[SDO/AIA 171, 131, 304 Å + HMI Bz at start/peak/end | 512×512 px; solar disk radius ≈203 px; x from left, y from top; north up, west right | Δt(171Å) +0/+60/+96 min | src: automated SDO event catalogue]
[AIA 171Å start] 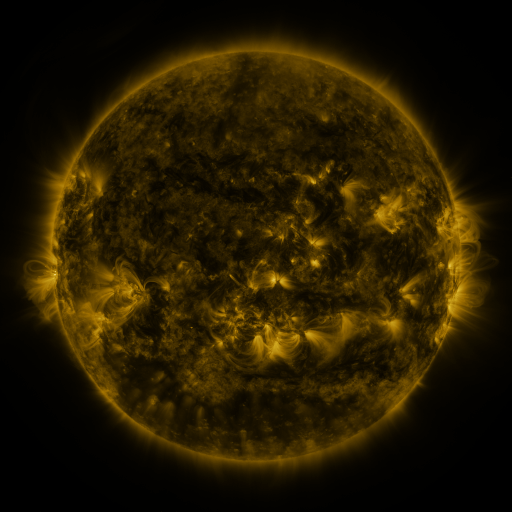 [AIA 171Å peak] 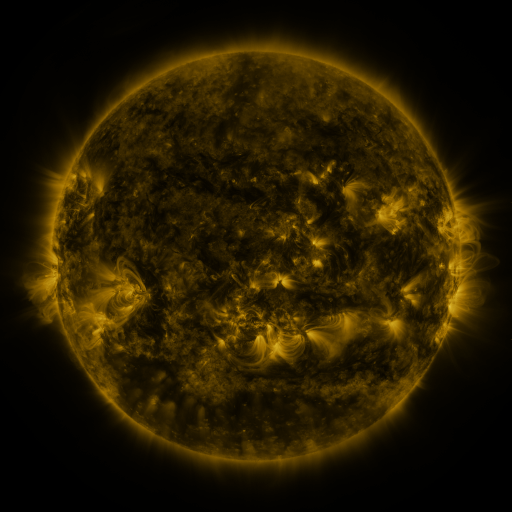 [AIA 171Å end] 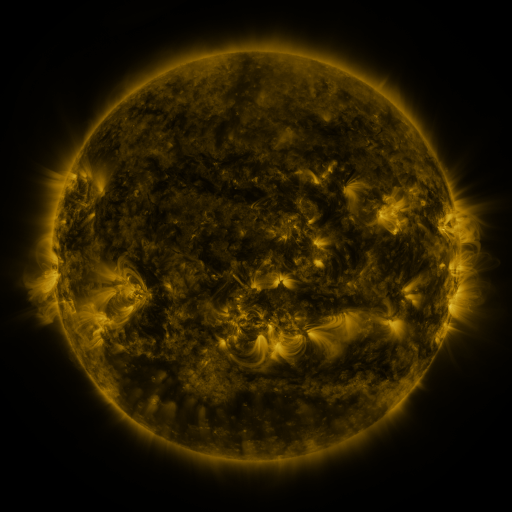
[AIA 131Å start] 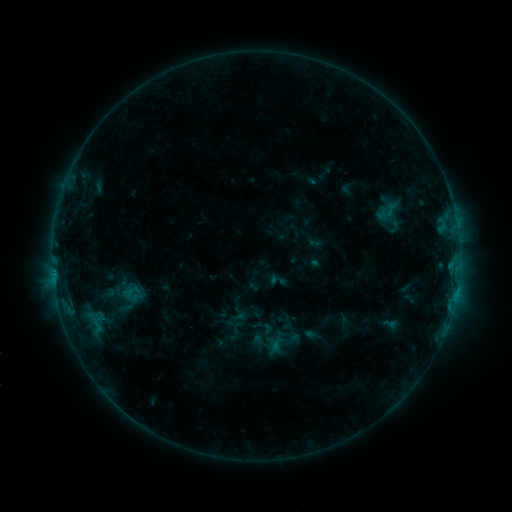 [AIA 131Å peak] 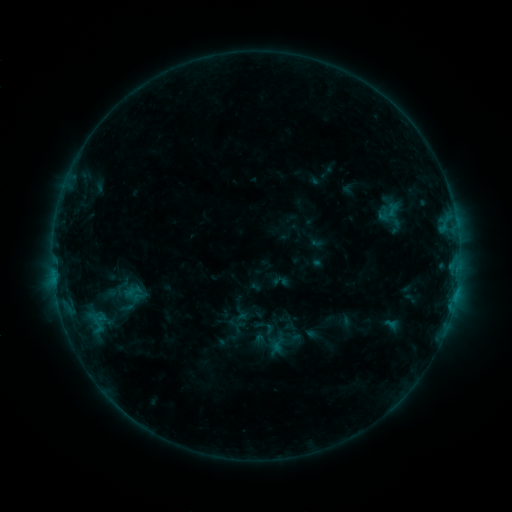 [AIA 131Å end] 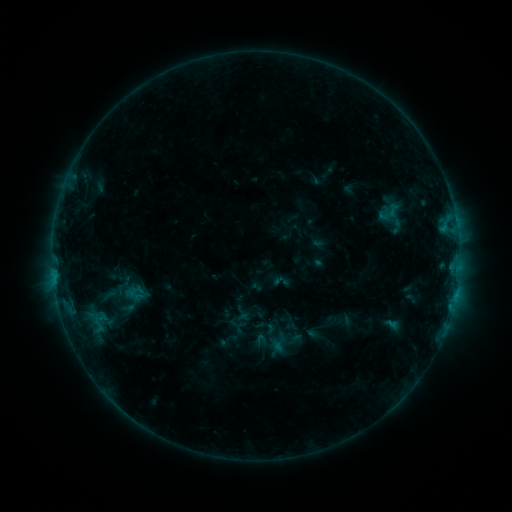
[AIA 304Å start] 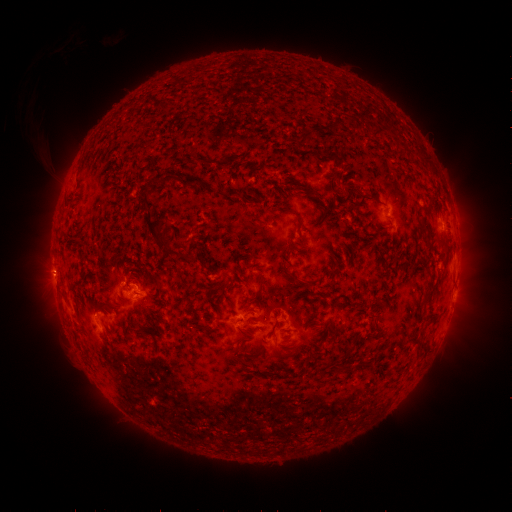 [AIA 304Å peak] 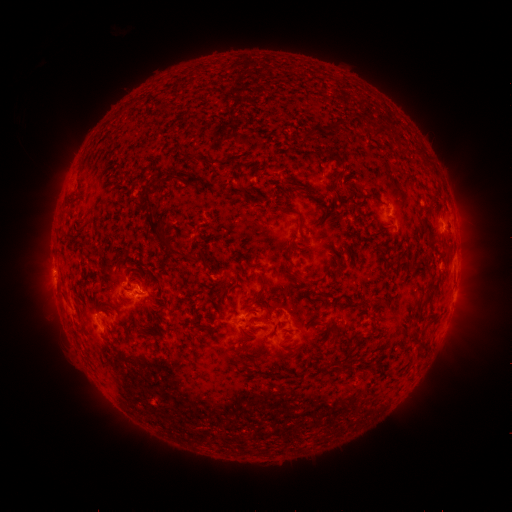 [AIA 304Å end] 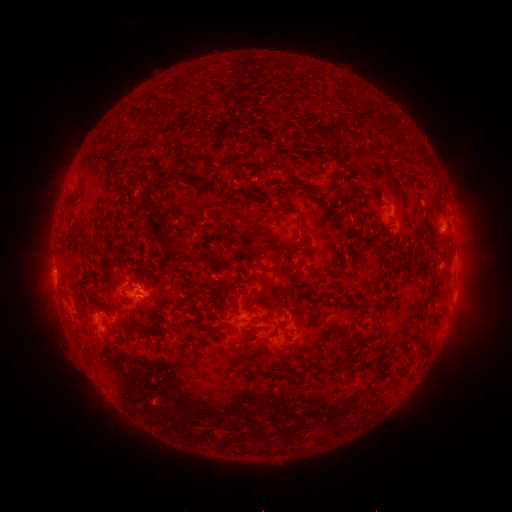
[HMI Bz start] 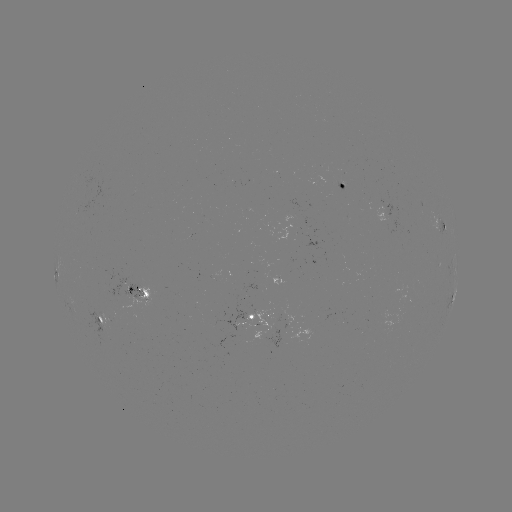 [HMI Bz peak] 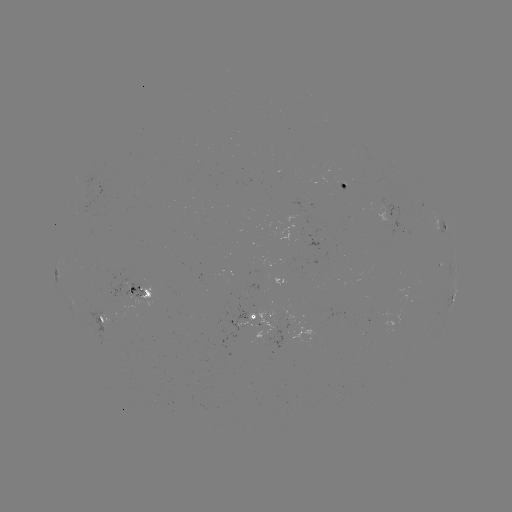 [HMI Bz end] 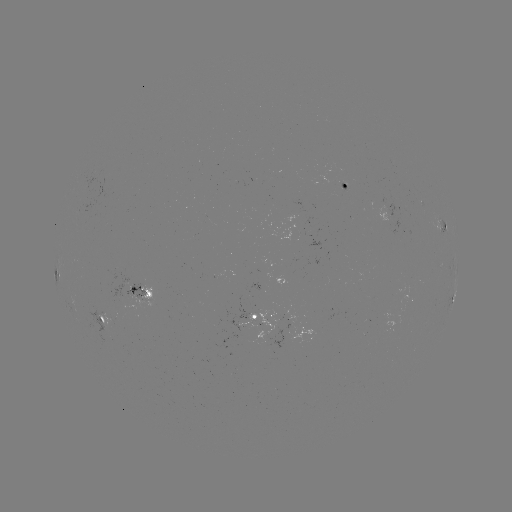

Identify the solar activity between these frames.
emerging-flux region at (131, 294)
